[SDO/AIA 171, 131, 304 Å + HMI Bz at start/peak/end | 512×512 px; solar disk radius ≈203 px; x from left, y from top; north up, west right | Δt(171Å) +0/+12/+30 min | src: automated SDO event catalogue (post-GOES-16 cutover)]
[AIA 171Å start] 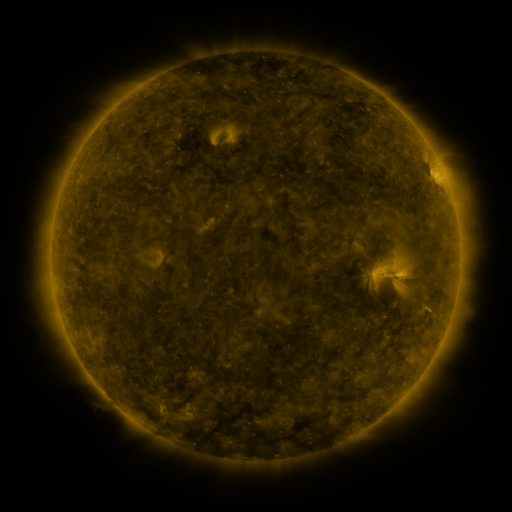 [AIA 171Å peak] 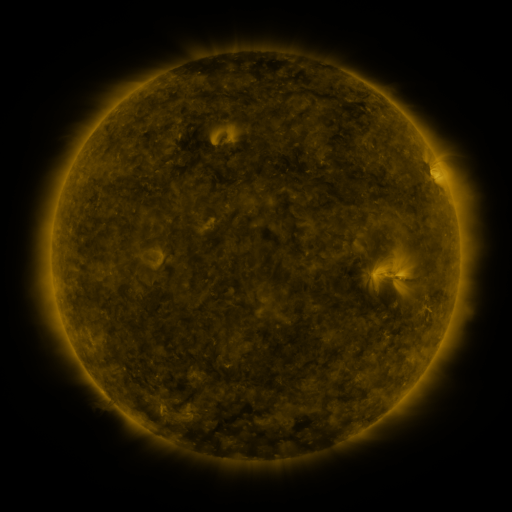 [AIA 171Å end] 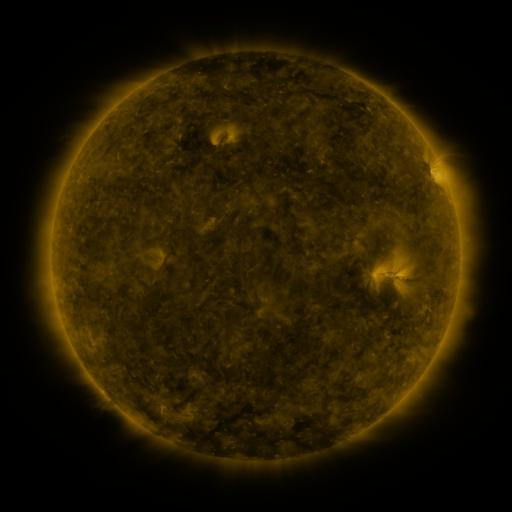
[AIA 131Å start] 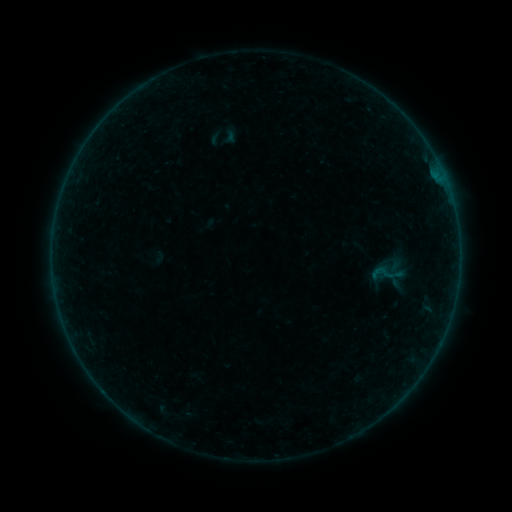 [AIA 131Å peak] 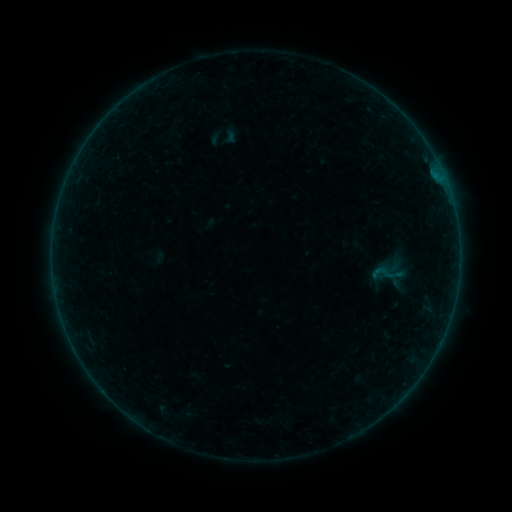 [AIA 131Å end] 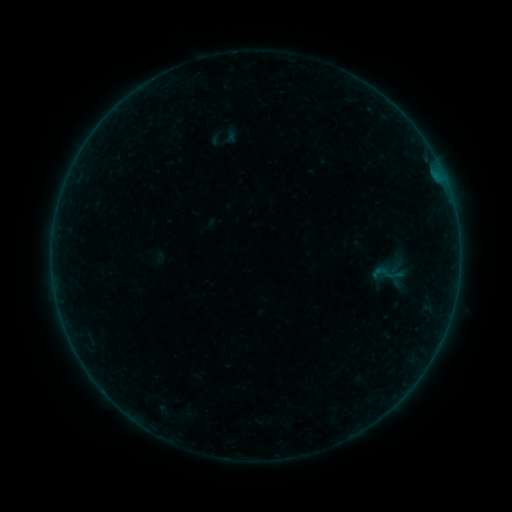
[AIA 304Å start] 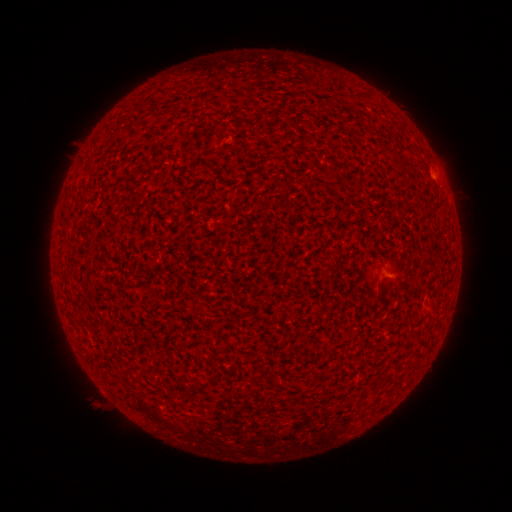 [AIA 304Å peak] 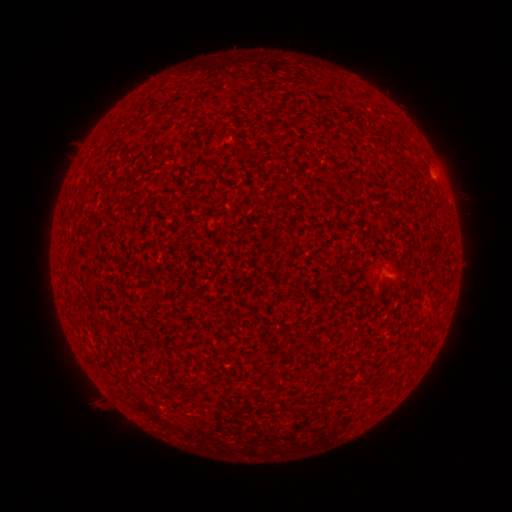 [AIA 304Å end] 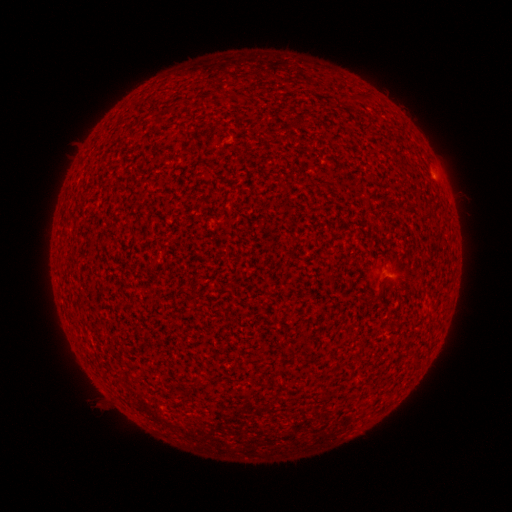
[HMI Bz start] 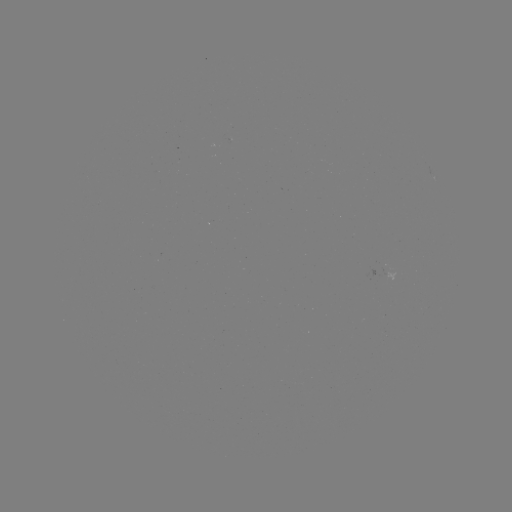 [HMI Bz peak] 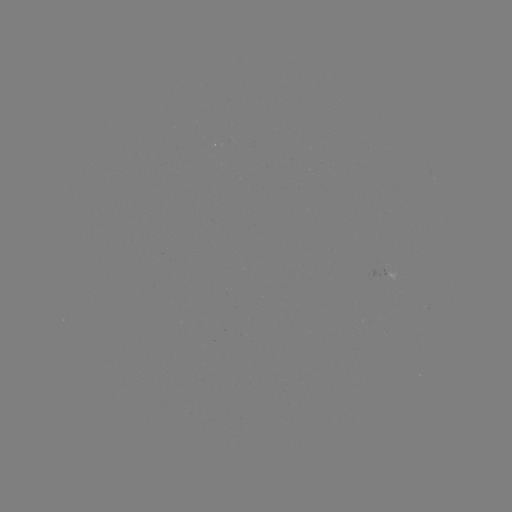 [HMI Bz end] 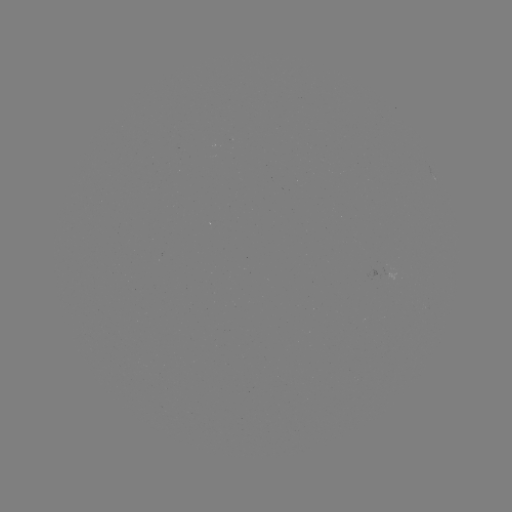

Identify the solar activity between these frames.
A2.8 flare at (433, 175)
